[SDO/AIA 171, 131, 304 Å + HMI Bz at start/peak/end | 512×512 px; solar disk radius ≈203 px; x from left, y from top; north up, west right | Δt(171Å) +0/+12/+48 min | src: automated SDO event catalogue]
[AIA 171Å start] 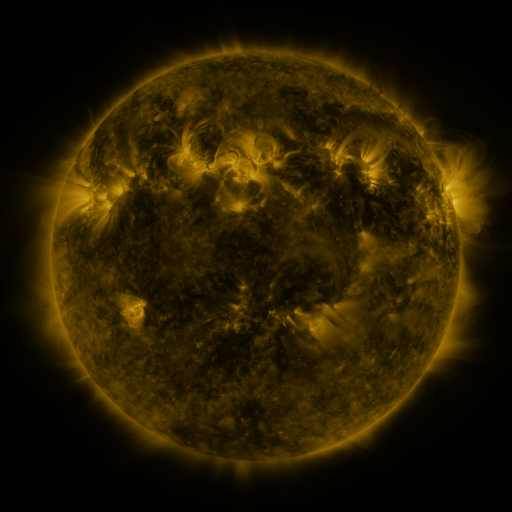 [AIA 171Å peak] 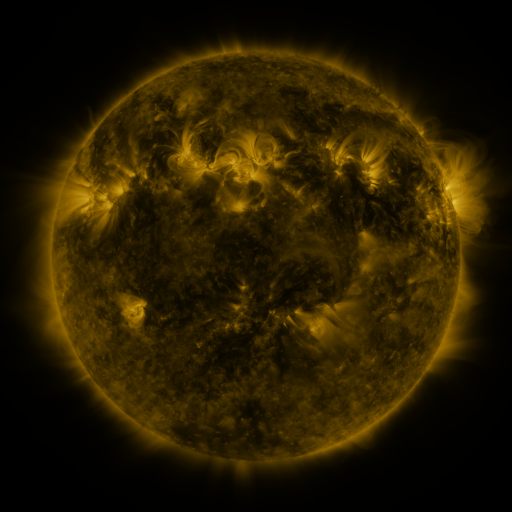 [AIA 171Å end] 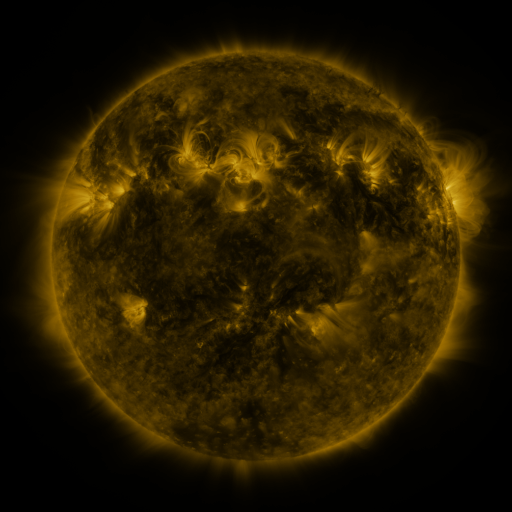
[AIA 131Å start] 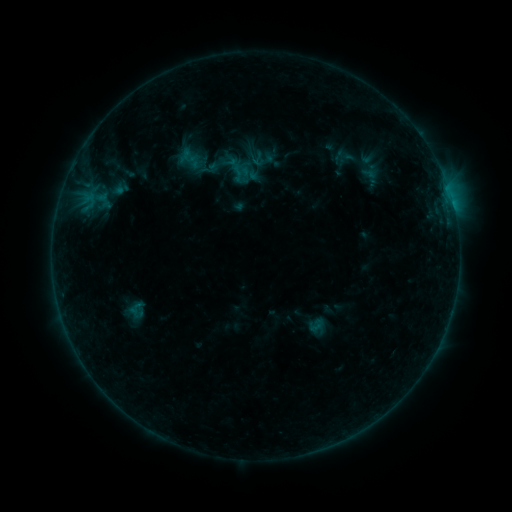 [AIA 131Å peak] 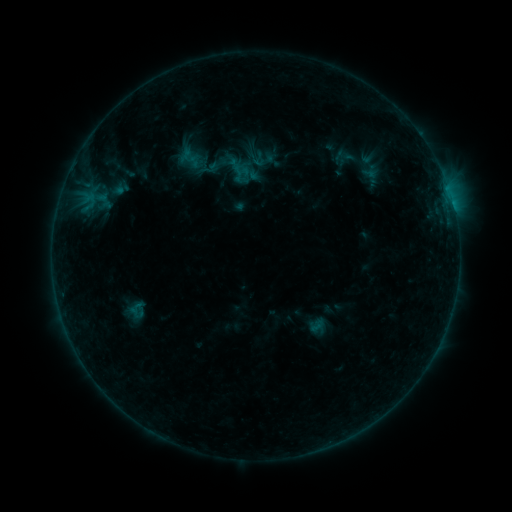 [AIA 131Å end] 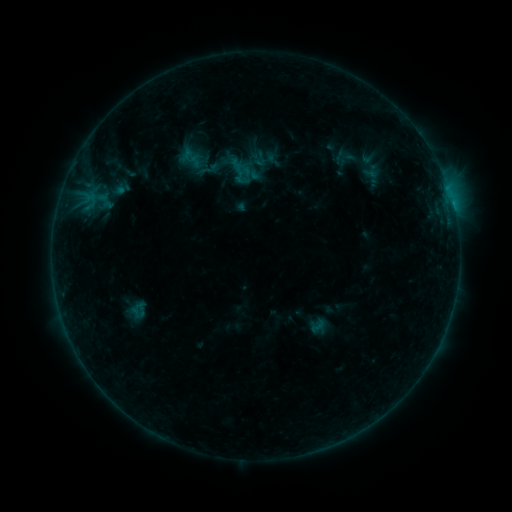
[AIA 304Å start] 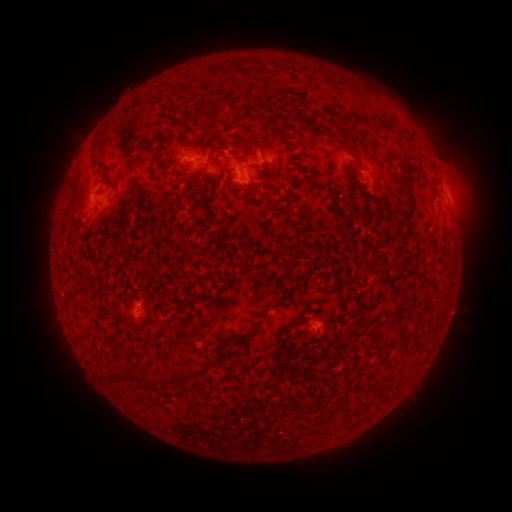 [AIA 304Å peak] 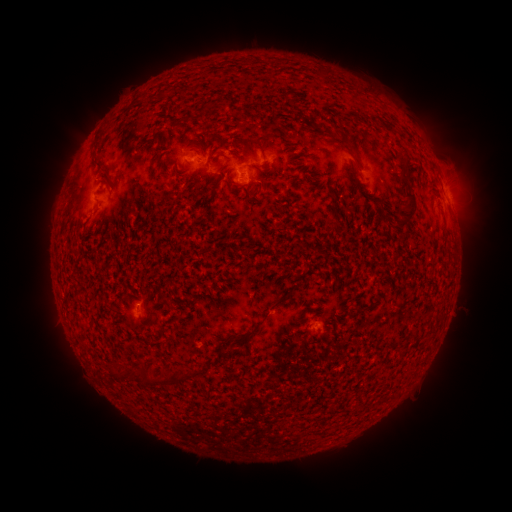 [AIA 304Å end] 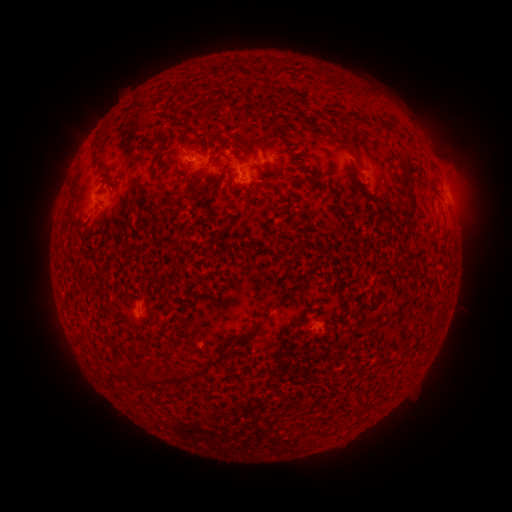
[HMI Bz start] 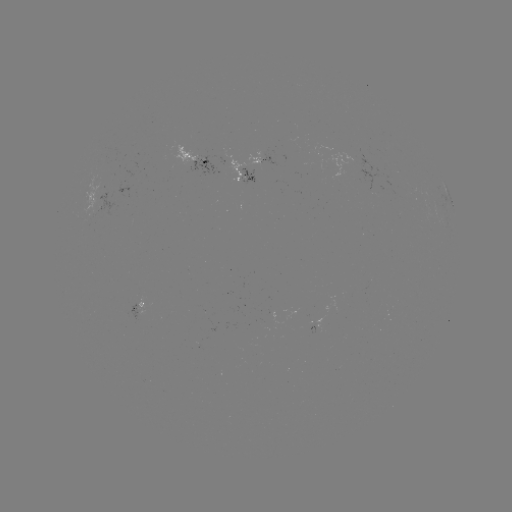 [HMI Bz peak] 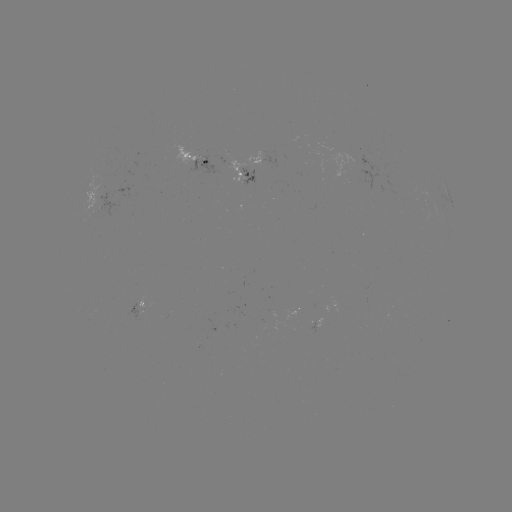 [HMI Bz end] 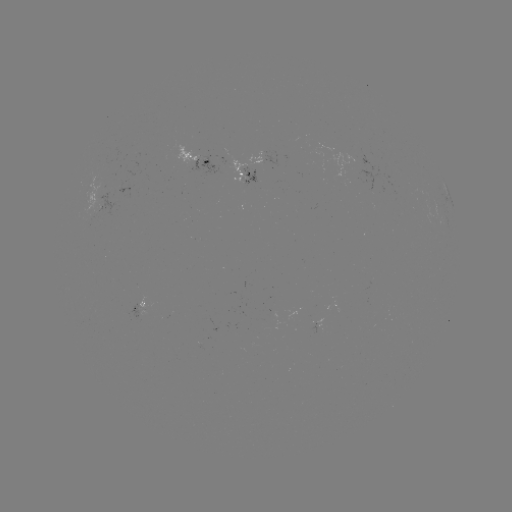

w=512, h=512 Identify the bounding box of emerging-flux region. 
[327, 153, 371, 178].